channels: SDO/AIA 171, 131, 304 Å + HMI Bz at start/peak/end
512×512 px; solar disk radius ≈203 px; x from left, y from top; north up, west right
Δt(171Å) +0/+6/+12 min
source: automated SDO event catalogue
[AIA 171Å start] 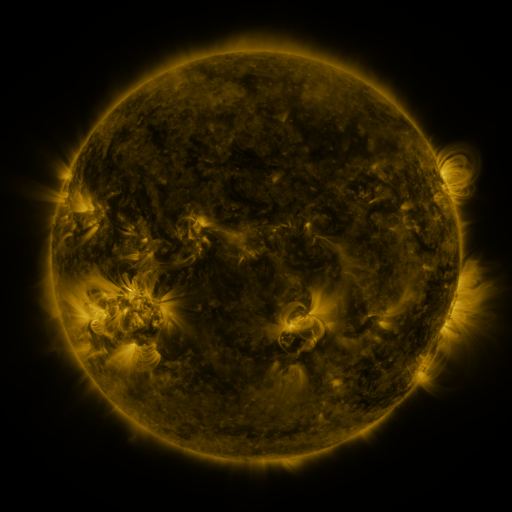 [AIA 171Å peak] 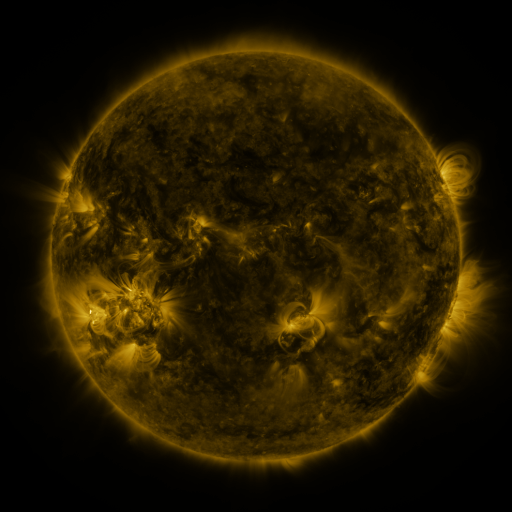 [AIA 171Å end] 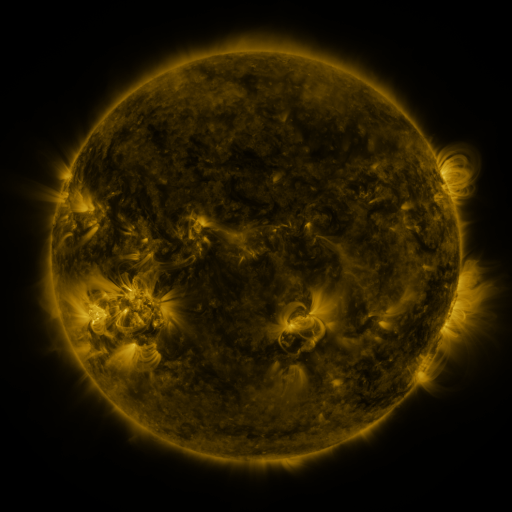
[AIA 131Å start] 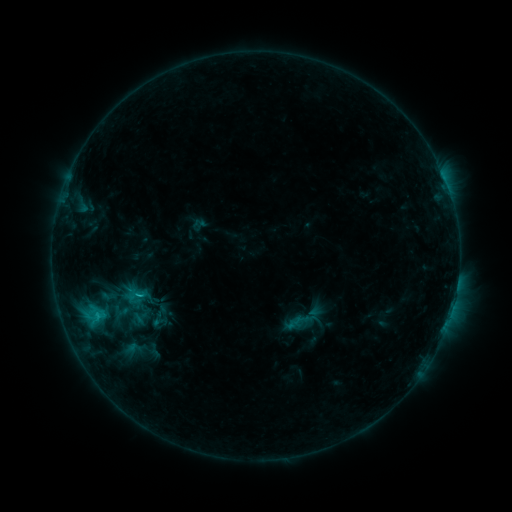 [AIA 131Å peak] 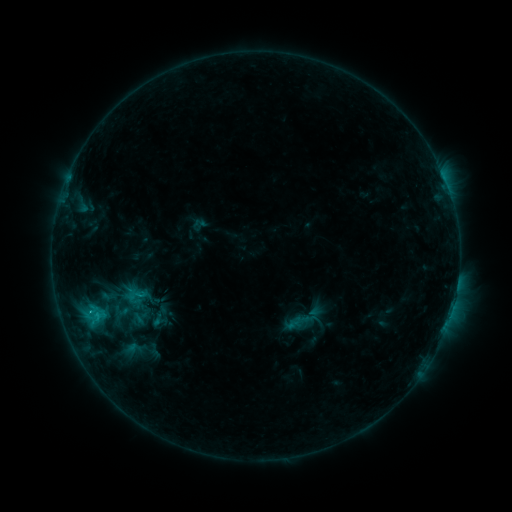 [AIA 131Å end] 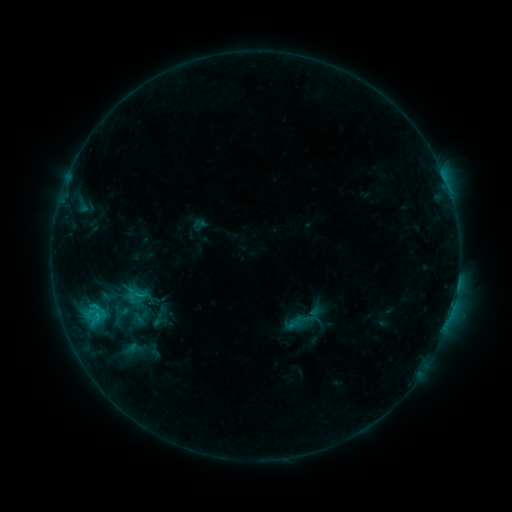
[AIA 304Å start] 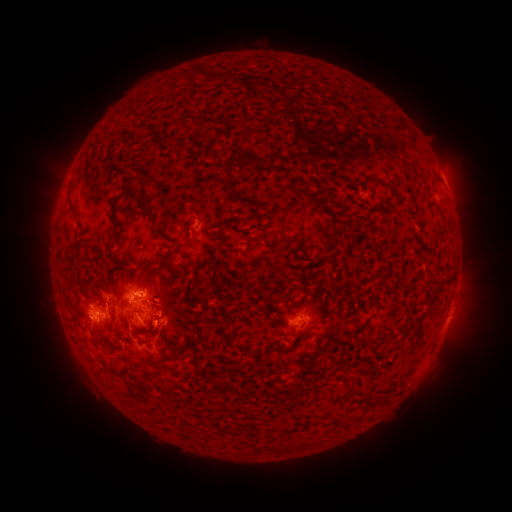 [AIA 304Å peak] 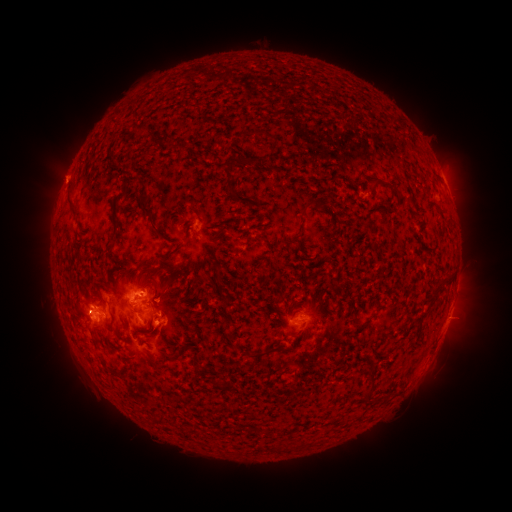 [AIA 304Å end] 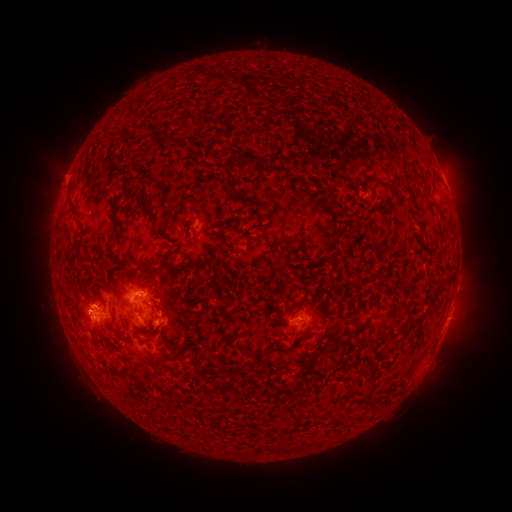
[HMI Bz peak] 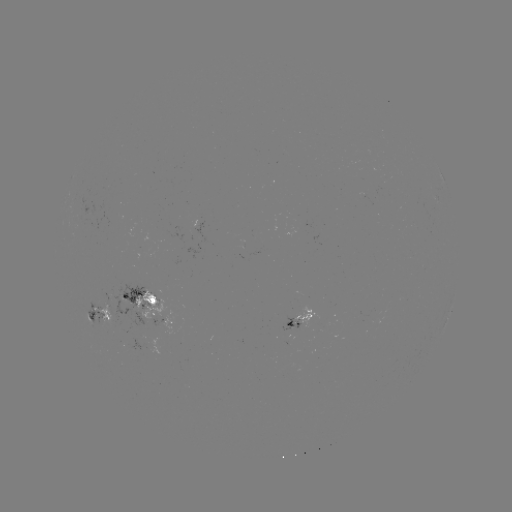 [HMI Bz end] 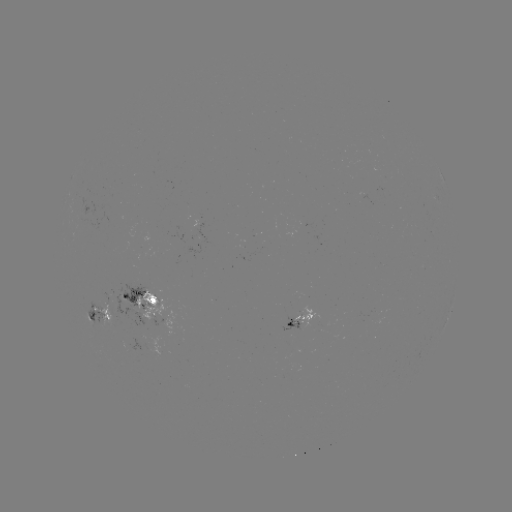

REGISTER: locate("eruption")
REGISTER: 61,178